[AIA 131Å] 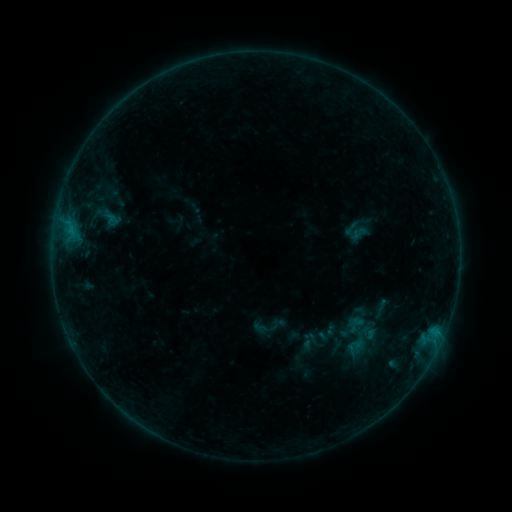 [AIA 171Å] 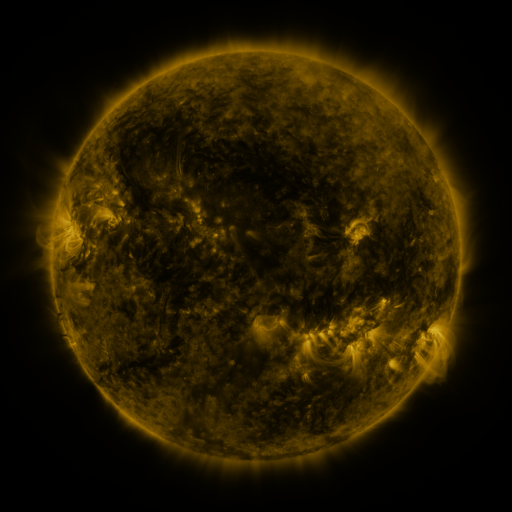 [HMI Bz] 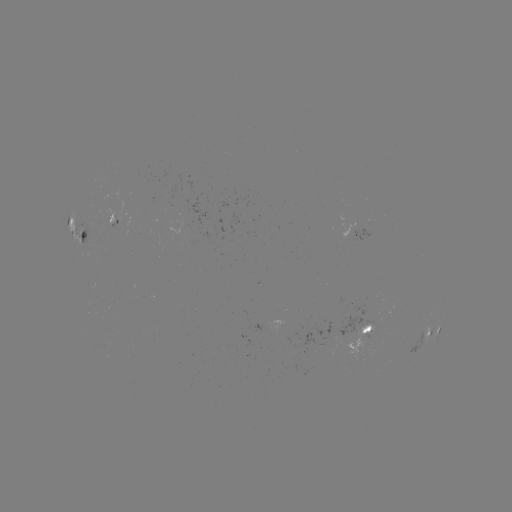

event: sigmoid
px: (355, 347)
